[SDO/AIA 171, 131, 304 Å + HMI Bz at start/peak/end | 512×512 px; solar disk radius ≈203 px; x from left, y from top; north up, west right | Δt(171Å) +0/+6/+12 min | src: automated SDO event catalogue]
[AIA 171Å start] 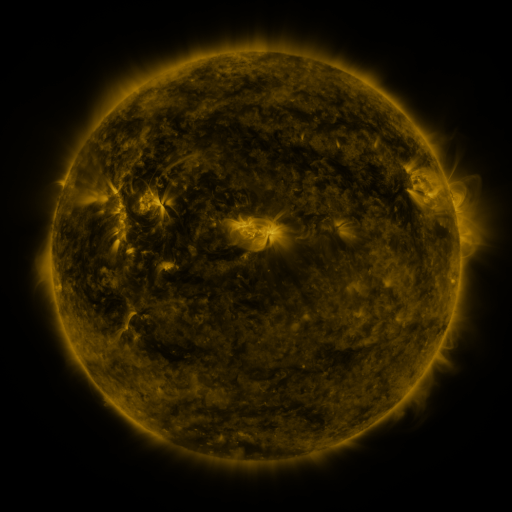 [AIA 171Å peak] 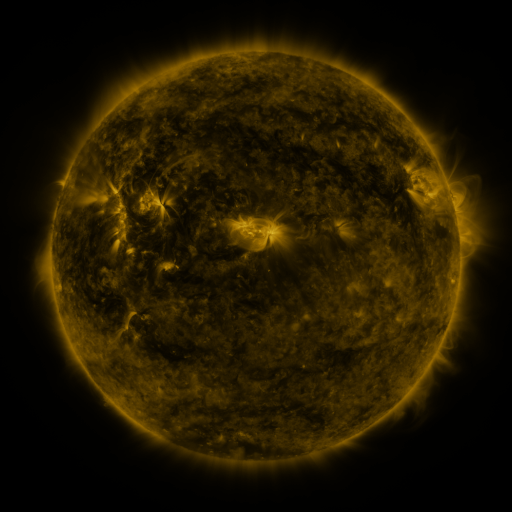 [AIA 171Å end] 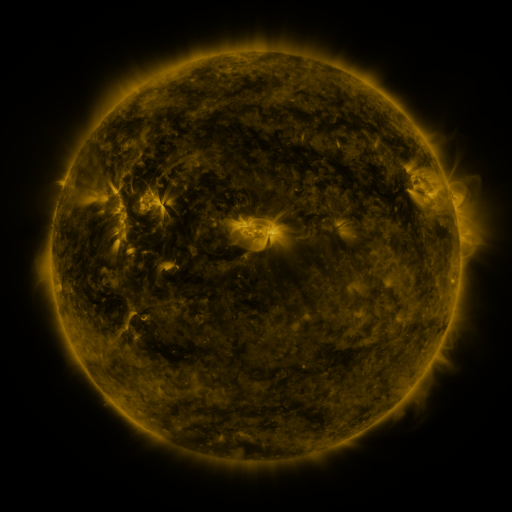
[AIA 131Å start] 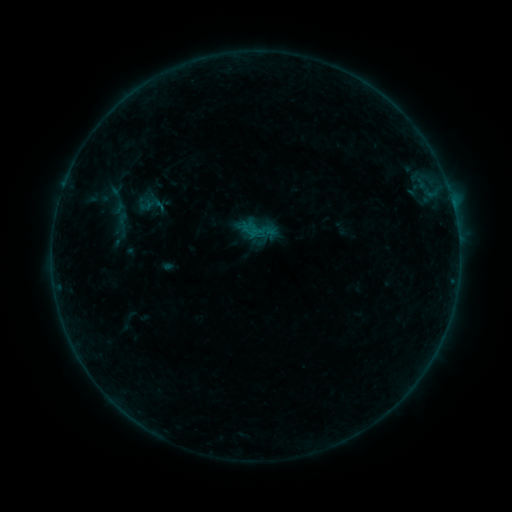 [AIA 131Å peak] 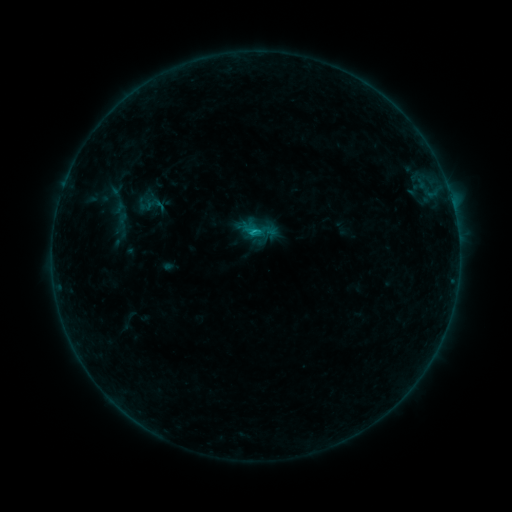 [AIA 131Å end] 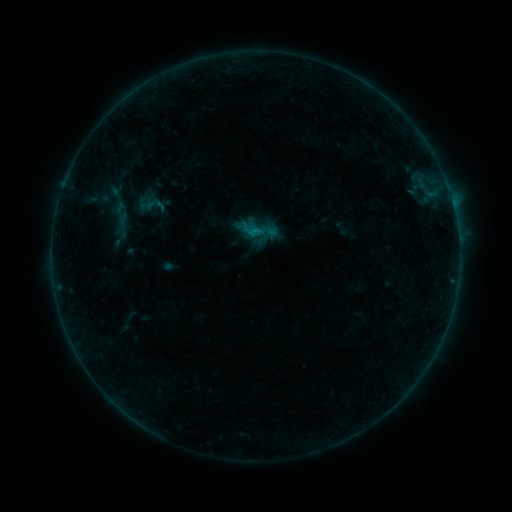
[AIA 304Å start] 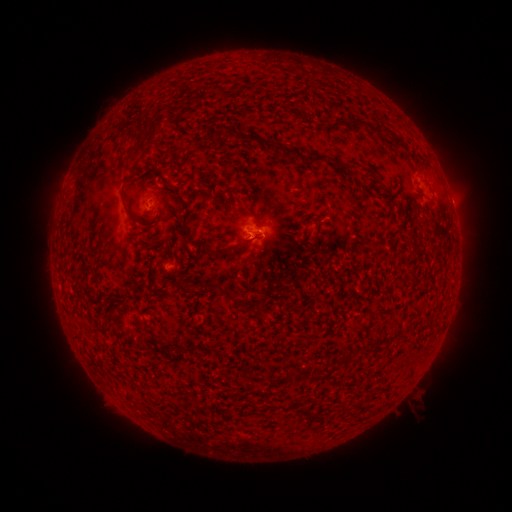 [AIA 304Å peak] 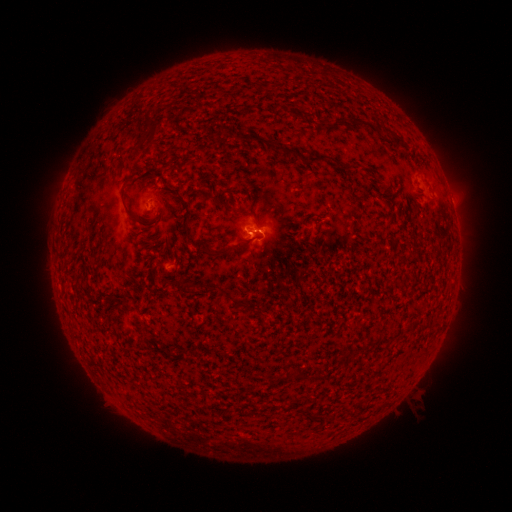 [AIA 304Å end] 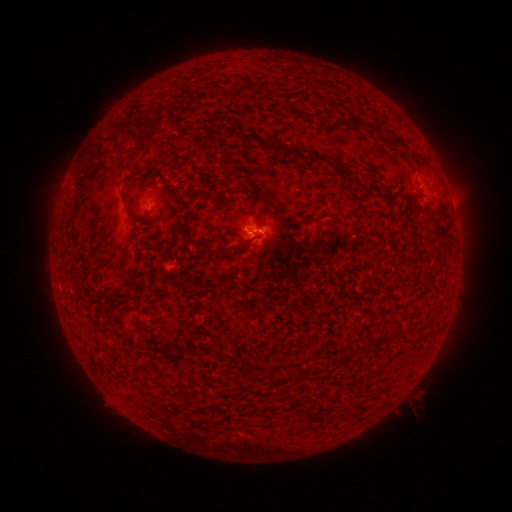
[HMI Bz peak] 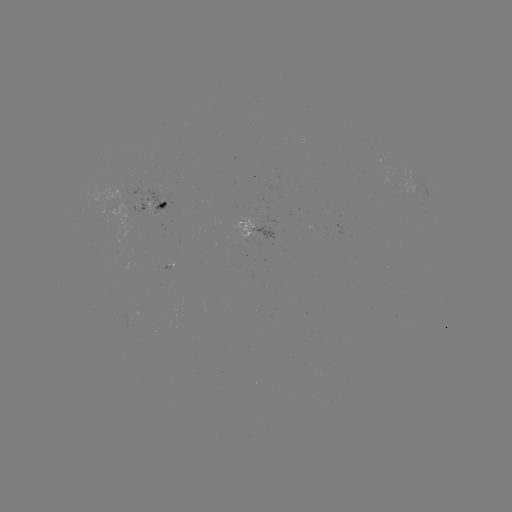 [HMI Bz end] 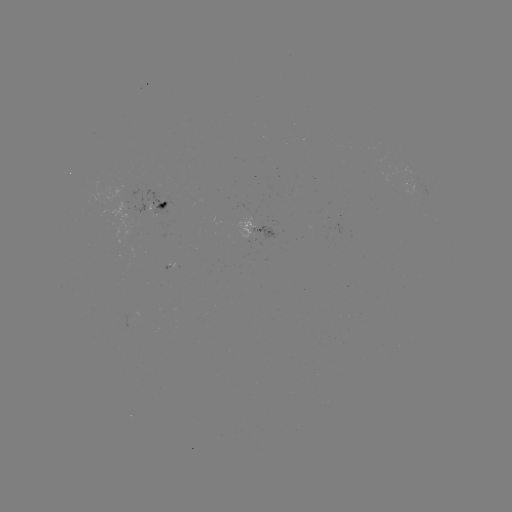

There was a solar flare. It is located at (256, 233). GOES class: B5.3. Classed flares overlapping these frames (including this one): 1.